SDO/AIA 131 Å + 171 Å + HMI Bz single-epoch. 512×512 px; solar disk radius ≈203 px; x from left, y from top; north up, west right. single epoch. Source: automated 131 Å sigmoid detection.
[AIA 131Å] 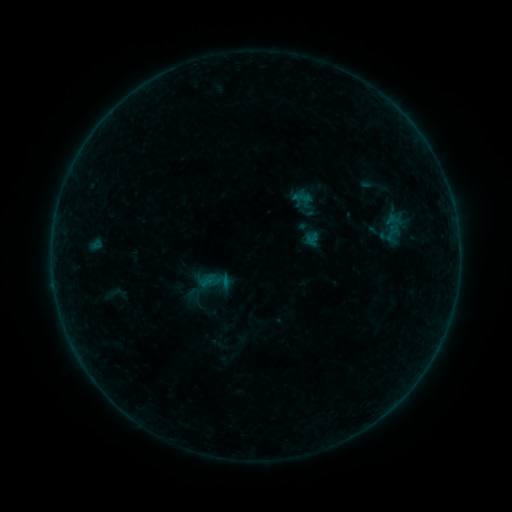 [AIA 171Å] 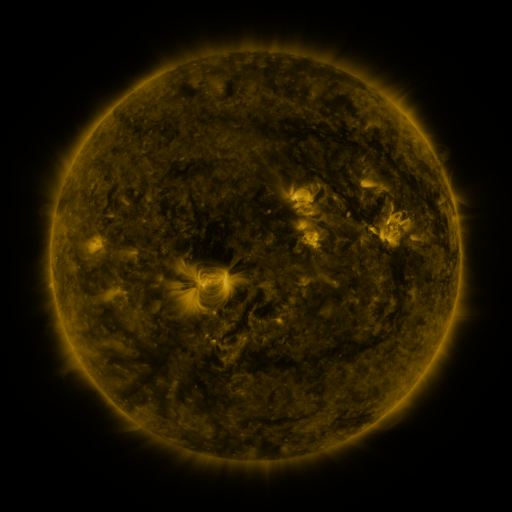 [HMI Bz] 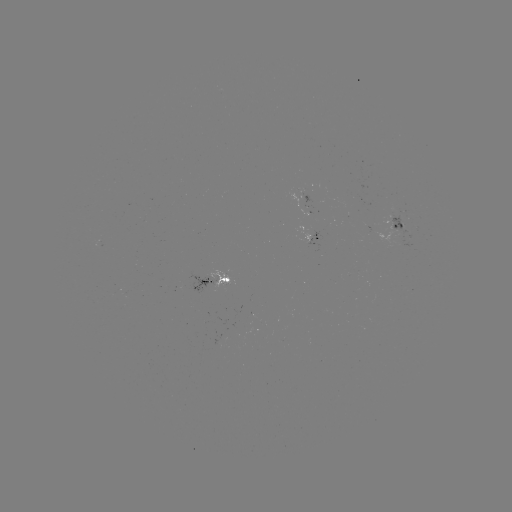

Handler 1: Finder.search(sigmoid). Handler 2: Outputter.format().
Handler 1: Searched sigmoid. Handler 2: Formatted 392,233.